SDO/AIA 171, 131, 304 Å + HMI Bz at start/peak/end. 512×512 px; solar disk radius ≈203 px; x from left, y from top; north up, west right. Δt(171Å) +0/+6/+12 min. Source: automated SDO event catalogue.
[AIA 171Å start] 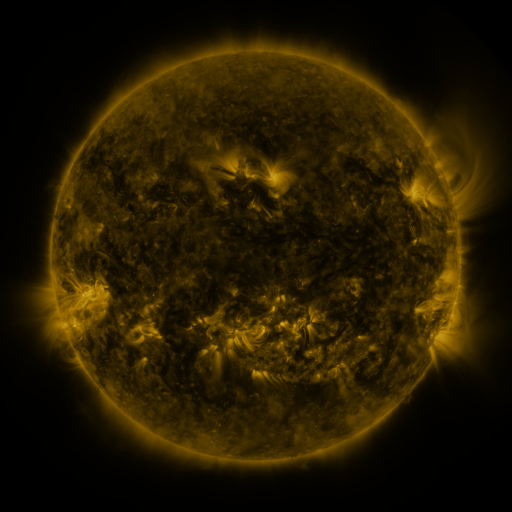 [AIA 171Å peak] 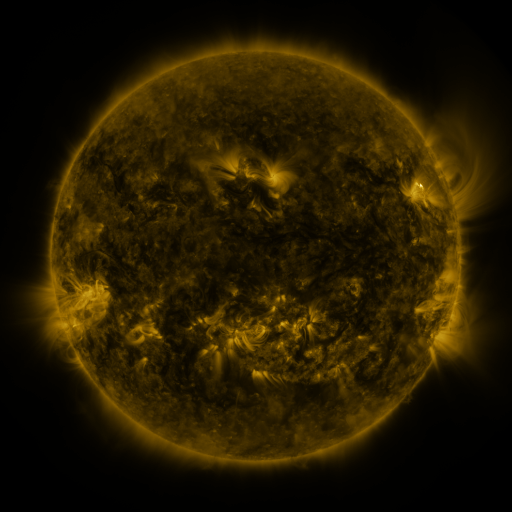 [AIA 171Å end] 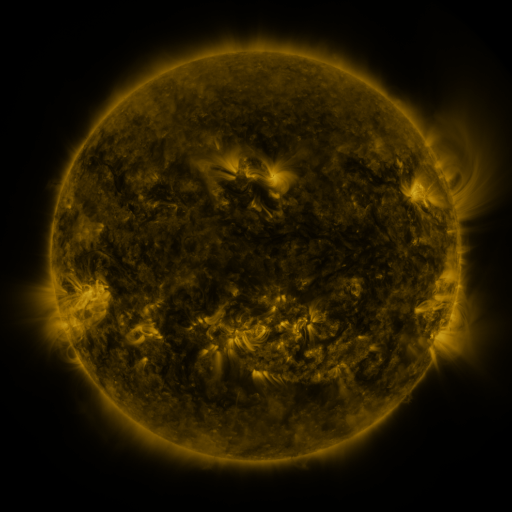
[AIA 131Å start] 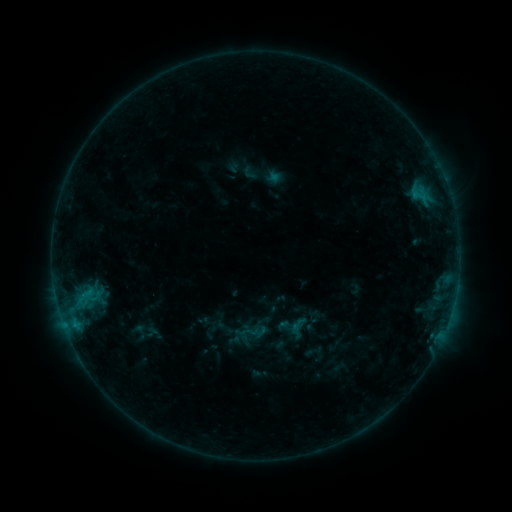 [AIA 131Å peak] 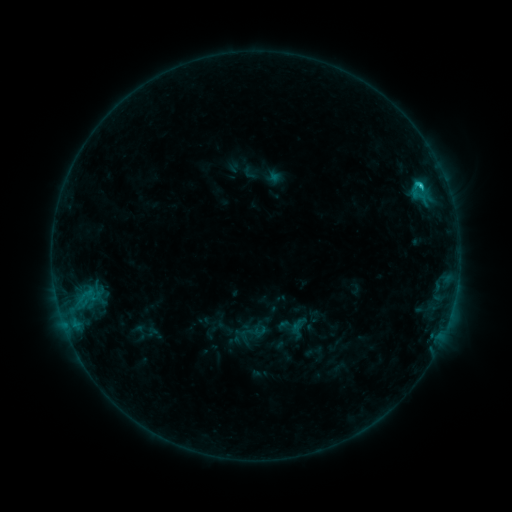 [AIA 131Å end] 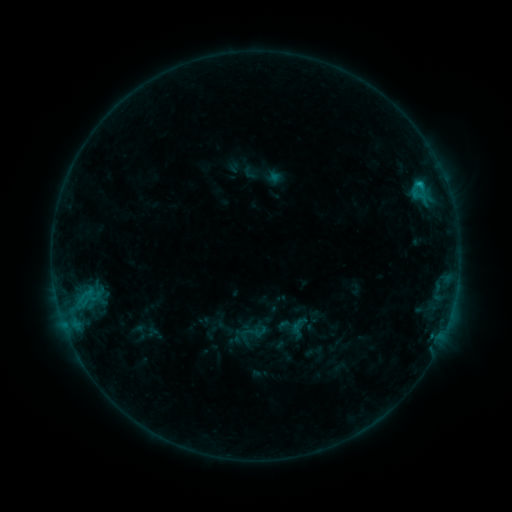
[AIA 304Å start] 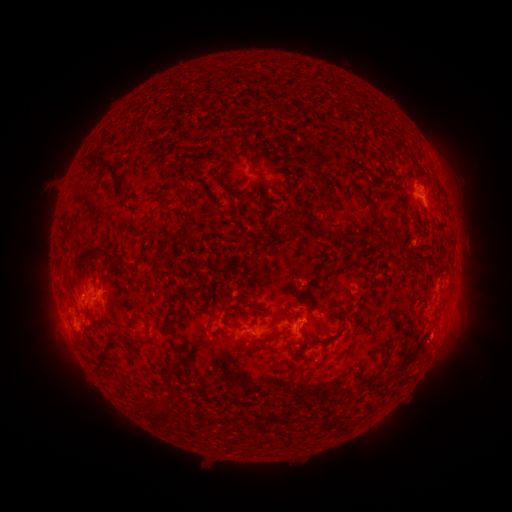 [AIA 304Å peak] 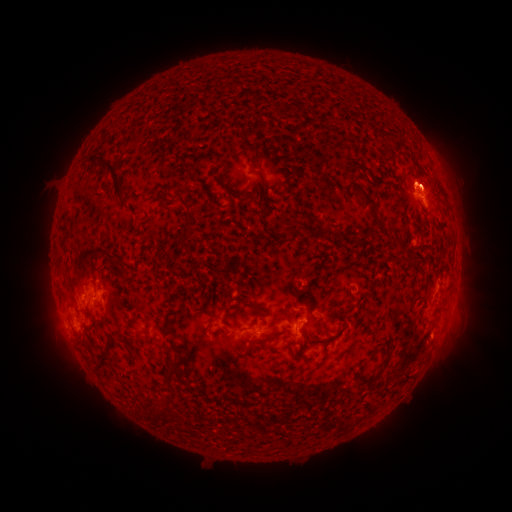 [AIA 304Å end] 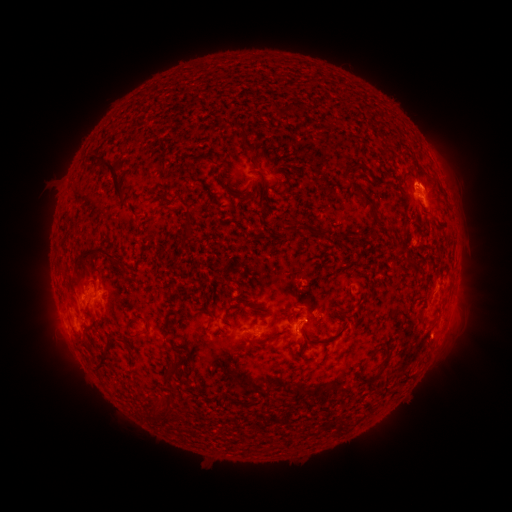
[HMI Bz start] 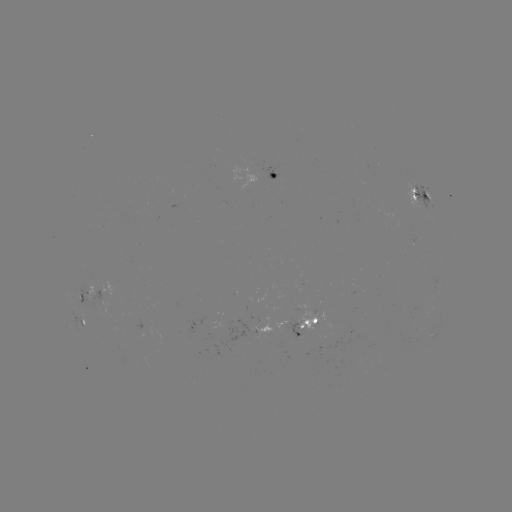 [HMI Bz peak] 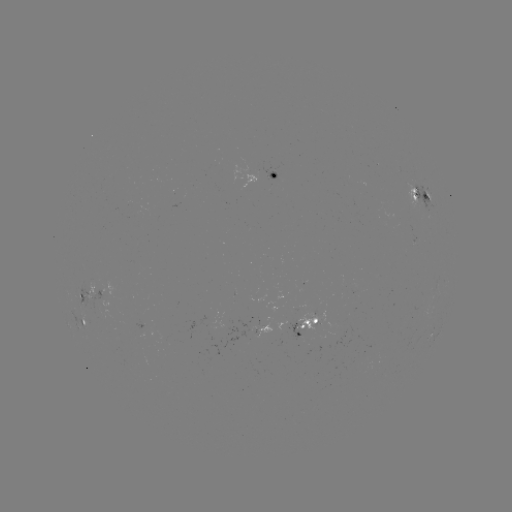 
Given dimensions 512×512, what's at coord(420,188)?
C1.0 flare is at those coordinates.